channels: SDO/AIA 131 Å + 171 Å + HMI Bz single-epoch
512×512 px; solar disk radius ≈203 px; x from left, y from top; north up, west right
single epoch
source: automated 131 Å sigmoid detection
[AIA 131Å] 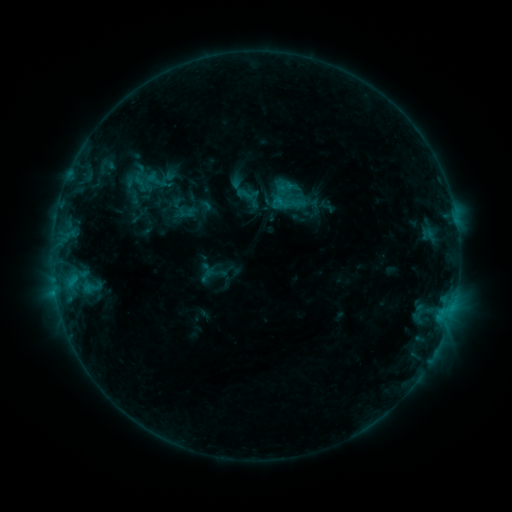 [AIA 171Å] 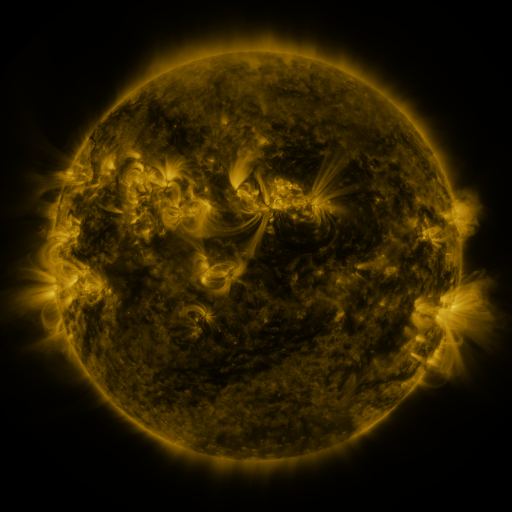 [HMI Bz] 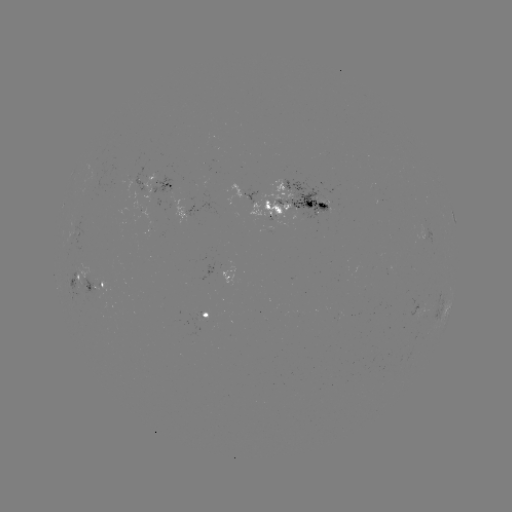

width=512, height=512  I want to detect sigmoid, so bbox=[235, 185, 252, 203].